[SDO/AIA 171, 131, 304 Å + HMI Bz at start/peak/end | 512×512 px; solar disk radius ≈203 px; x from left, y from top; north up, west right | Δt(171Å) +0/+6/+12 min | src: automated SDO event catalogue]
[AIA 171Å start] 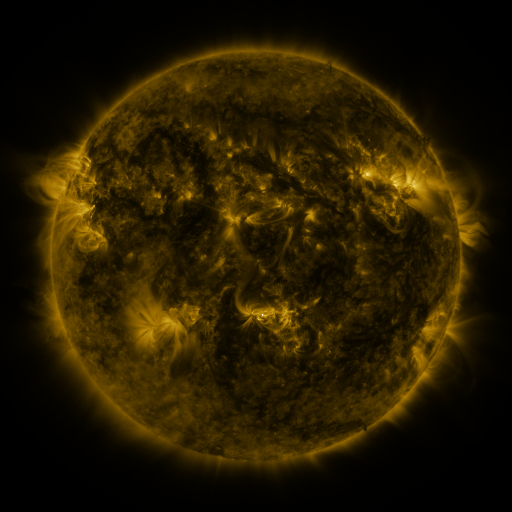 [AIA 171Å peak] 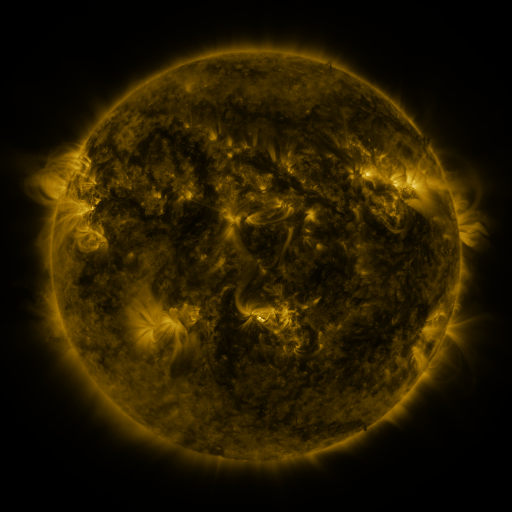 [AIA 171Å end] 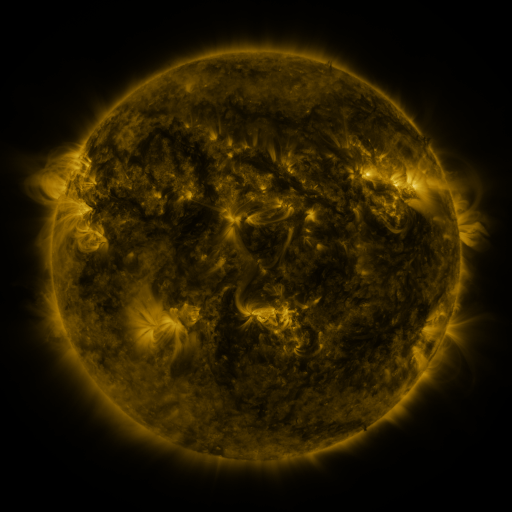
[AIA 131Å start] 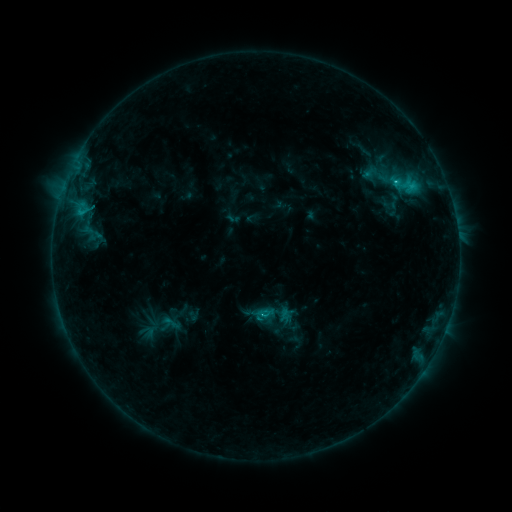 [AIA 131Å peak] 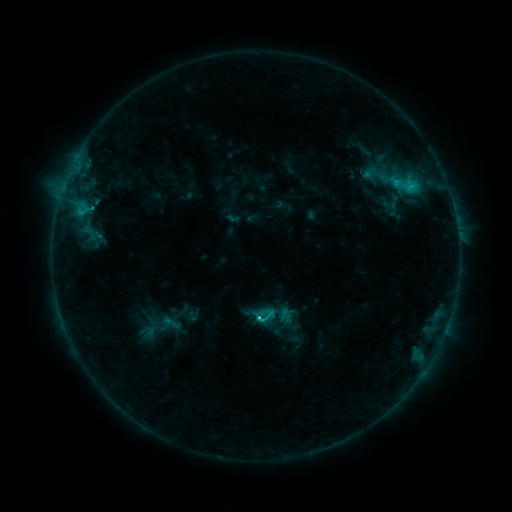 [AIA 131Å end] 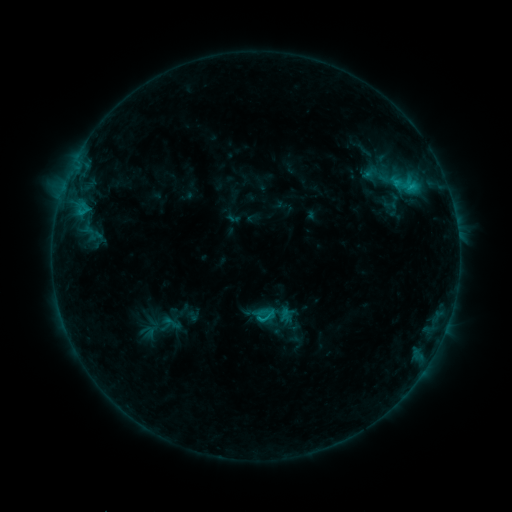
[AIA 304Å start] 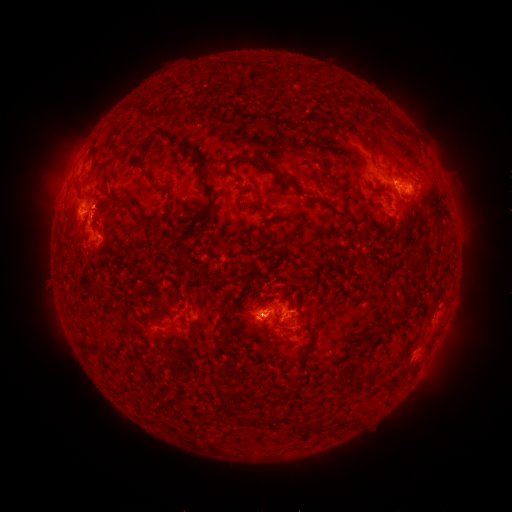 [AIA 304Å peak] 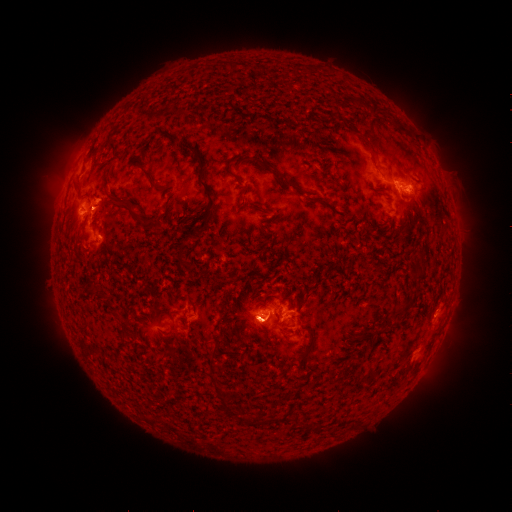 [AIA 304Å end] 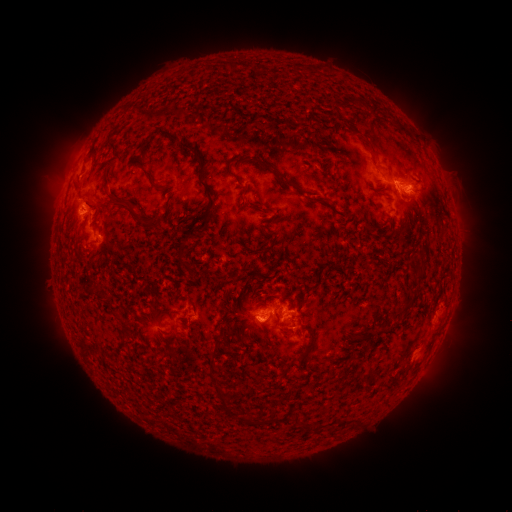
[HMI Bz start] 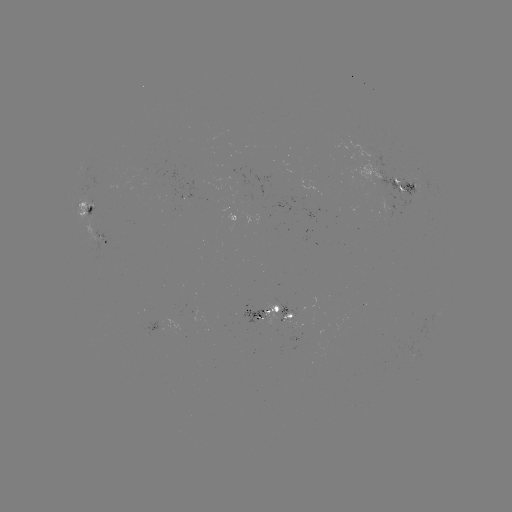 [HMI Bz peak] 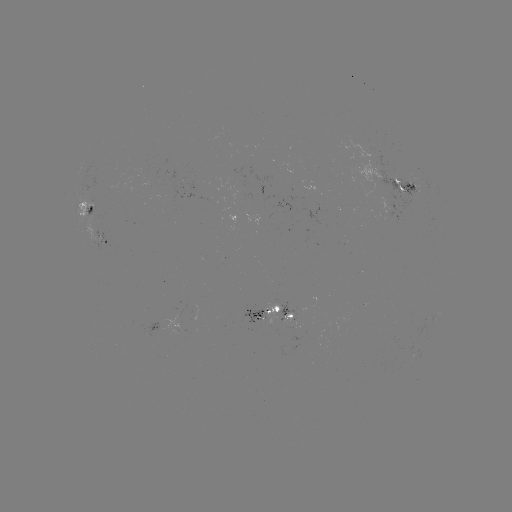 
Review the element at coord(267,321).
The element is eruption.